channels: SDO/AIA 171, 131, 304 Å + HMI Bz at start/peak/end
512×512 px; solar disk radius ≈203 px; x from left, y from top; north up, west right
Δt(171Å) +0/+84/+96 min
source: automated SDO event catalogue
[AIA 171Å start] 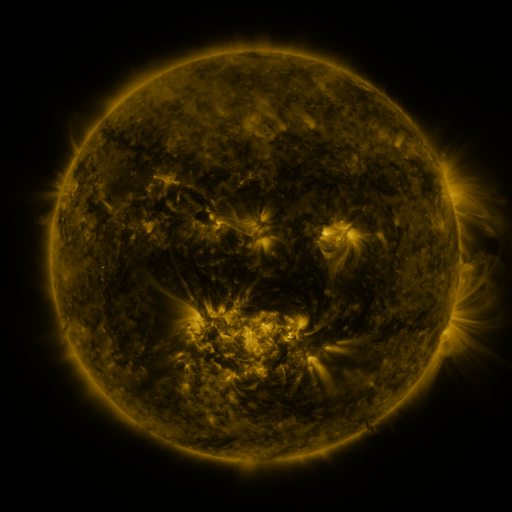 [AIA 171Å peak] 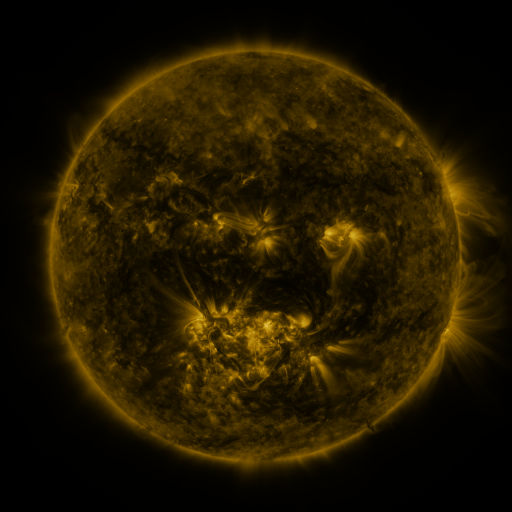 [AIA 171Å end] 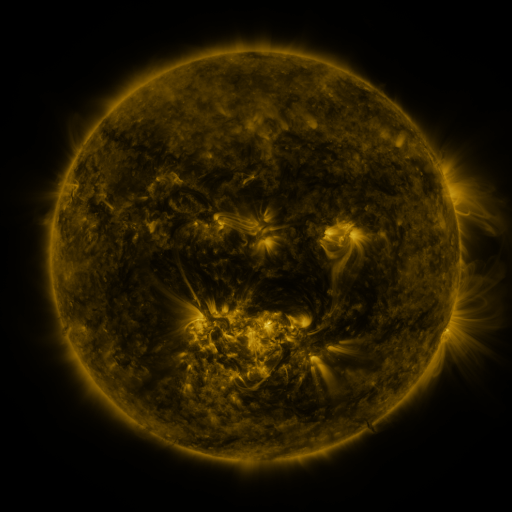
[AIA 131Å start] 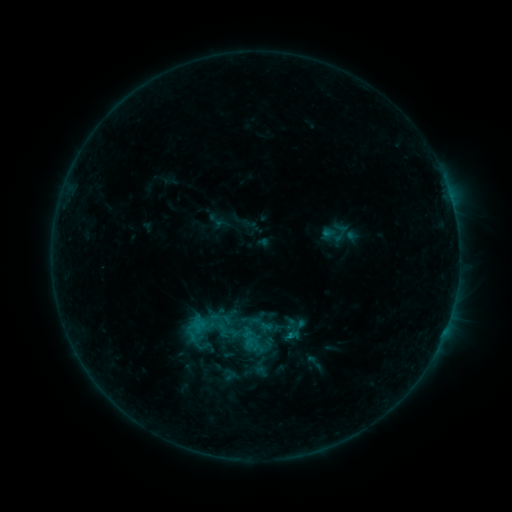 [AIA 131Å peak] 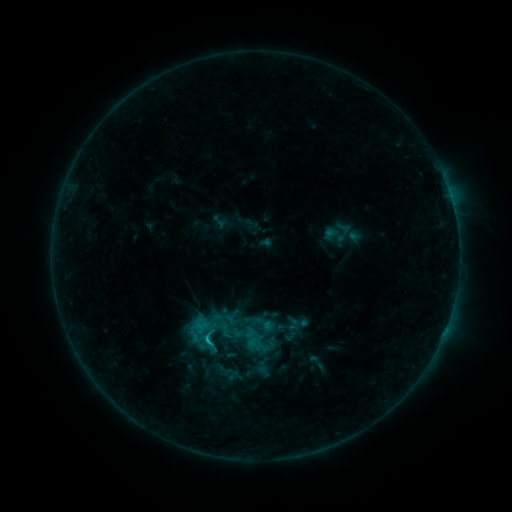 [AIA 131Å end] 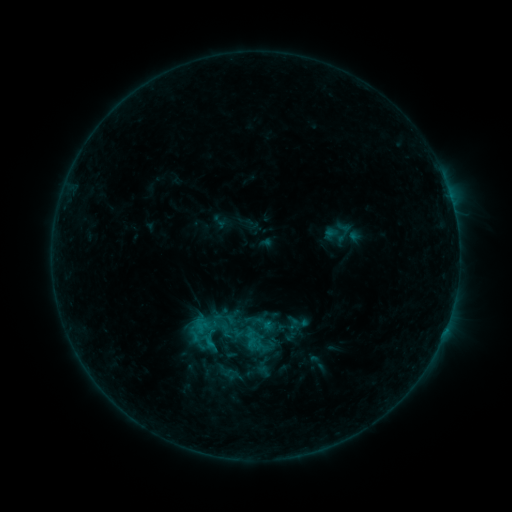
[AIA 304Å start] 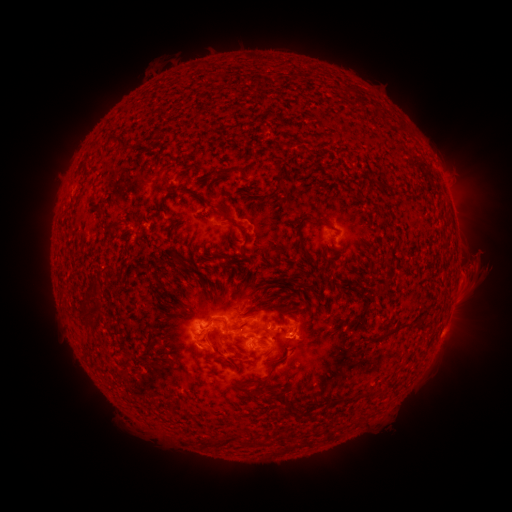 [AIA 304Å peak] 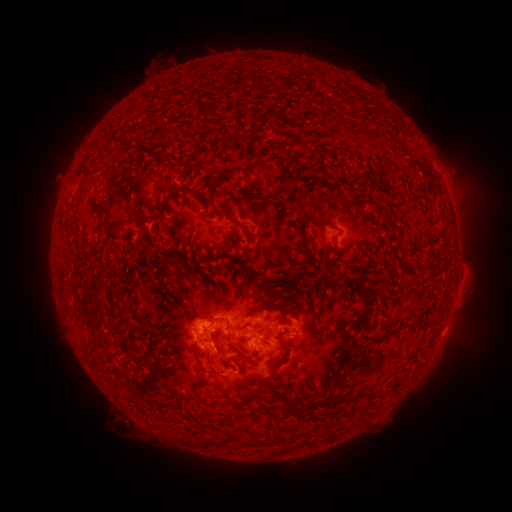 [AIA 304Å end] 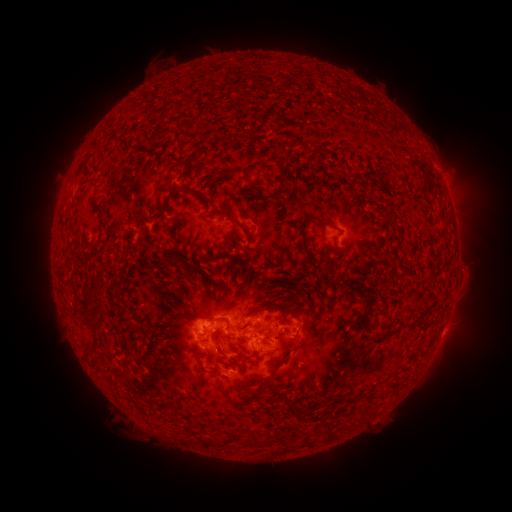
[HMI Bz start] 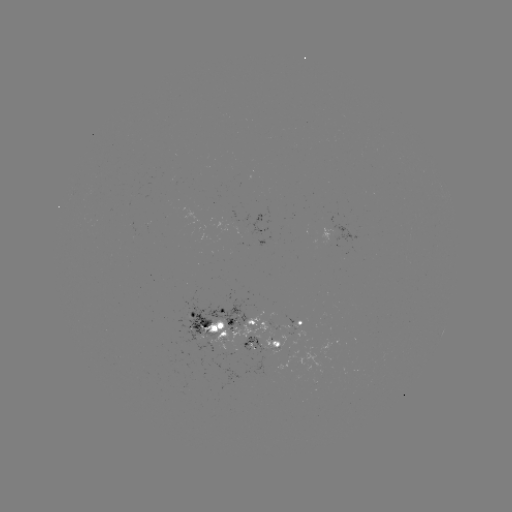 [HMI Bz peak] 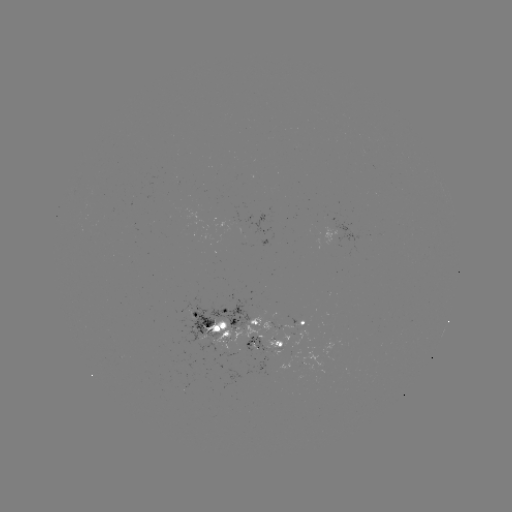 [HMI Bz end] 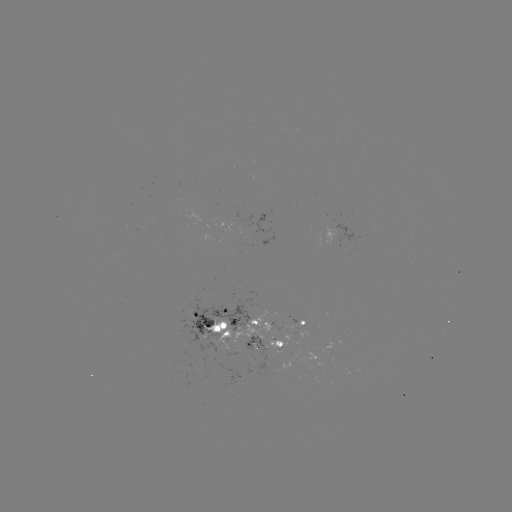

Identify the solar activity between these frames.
emerging-flux region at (267, 326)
